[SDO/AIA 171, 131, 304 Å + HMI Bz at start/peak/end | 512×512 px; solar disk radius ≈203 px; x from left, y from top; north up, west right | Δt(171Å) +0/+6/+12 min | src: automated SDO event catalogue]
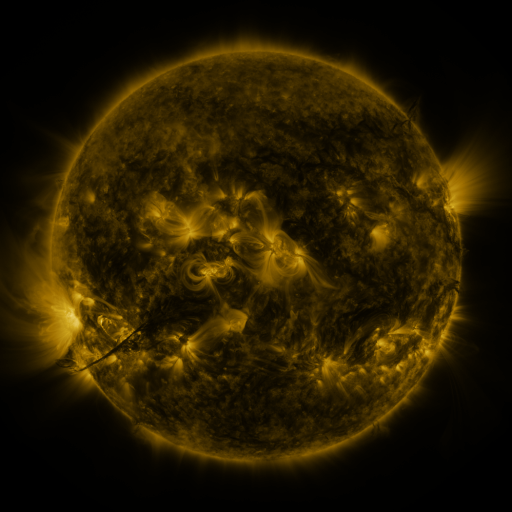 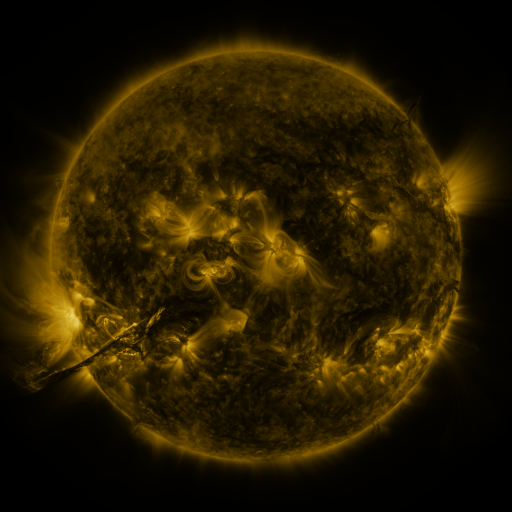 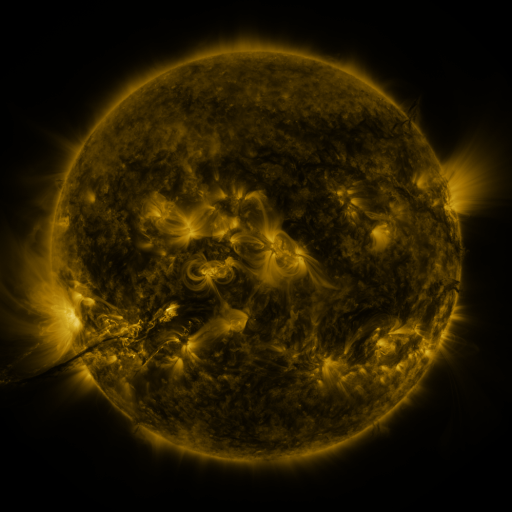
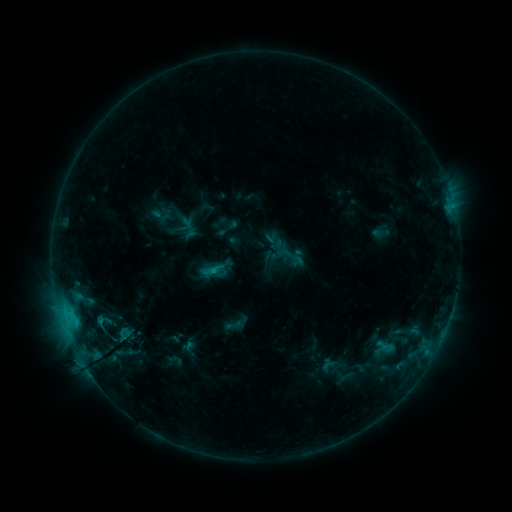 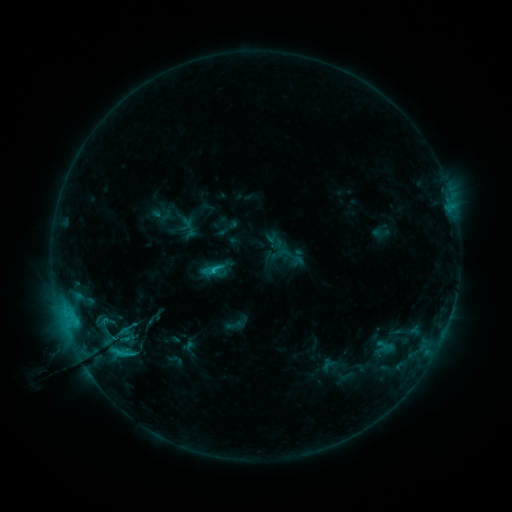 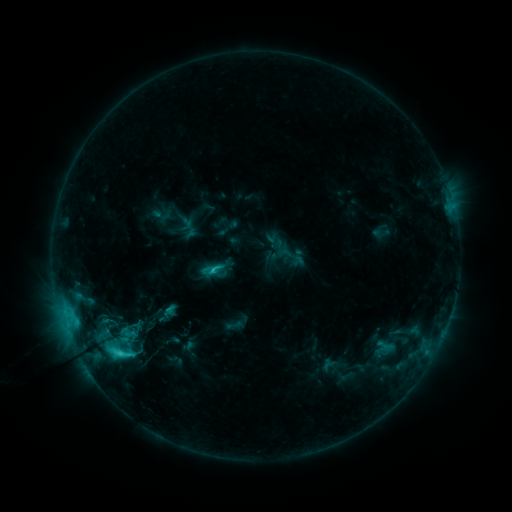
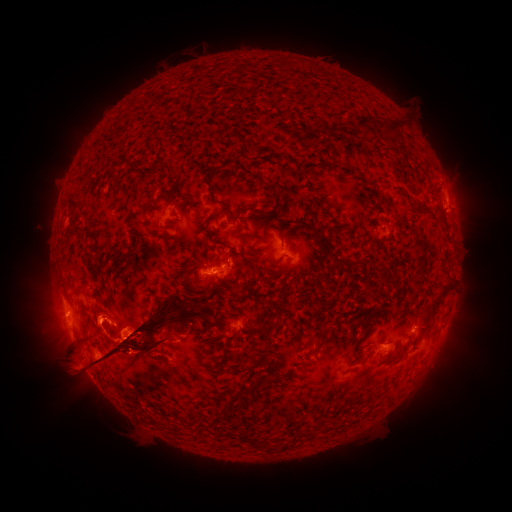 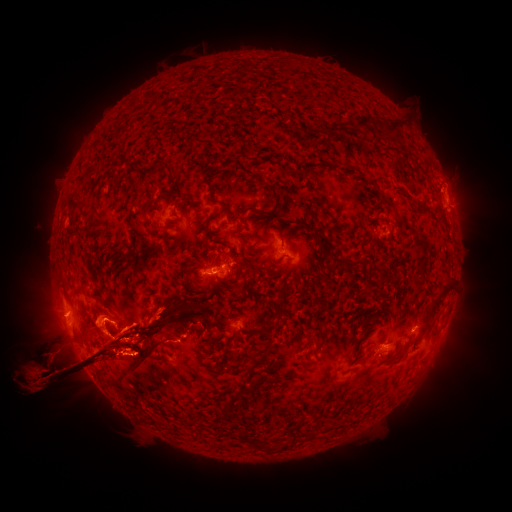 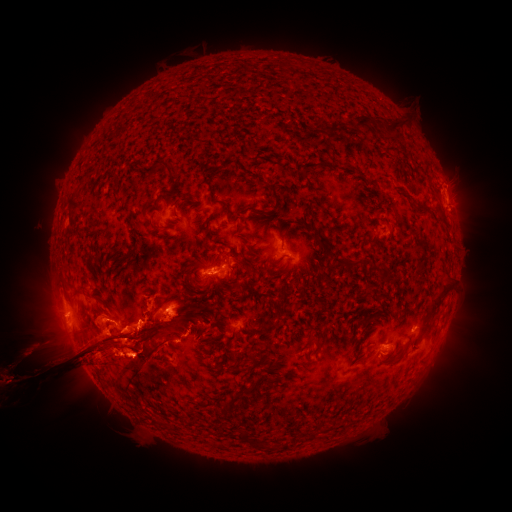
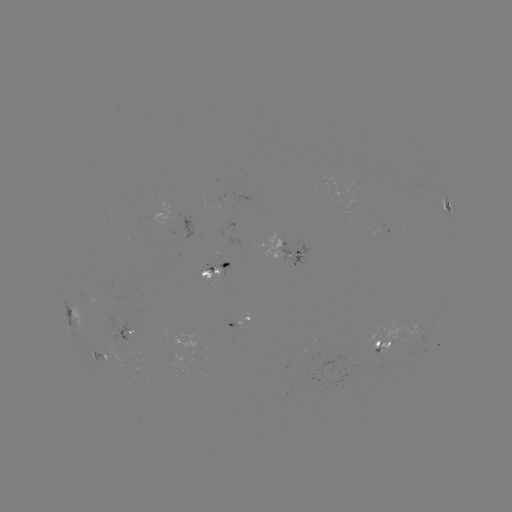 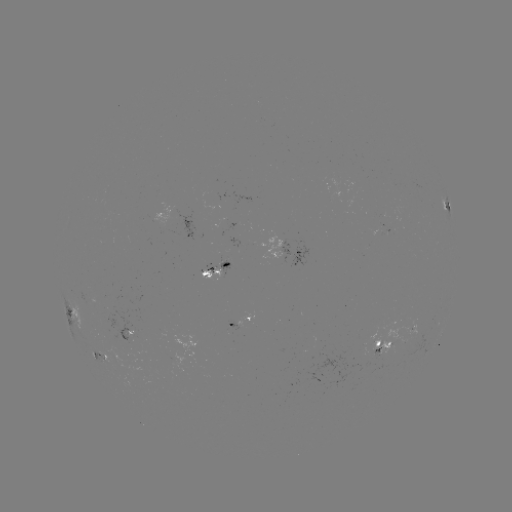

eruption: (69, 241, 139, 291)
